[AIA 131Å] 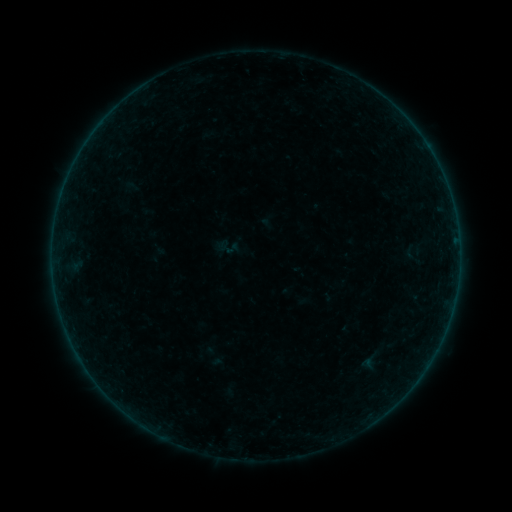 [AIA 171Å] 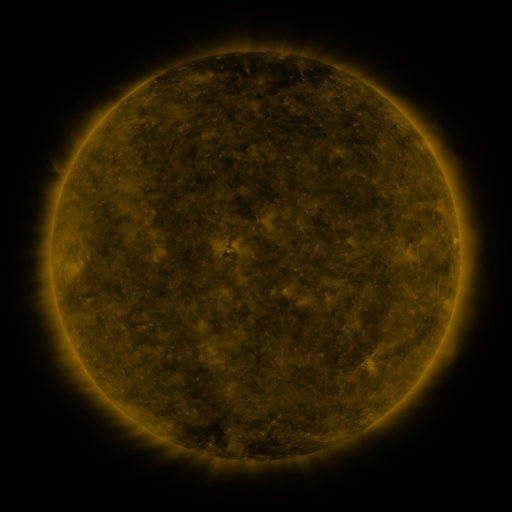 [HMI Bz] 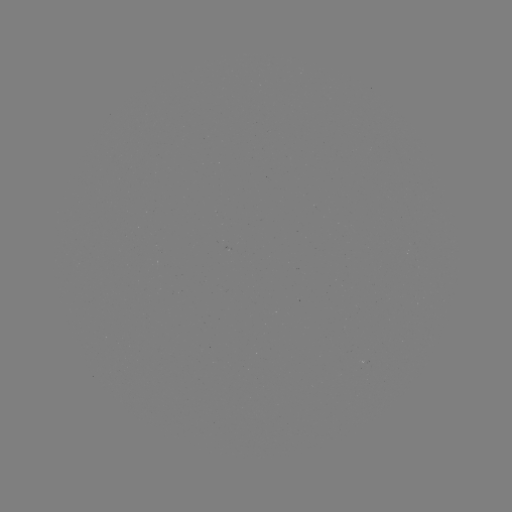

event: sigmoid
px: (410, 252)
